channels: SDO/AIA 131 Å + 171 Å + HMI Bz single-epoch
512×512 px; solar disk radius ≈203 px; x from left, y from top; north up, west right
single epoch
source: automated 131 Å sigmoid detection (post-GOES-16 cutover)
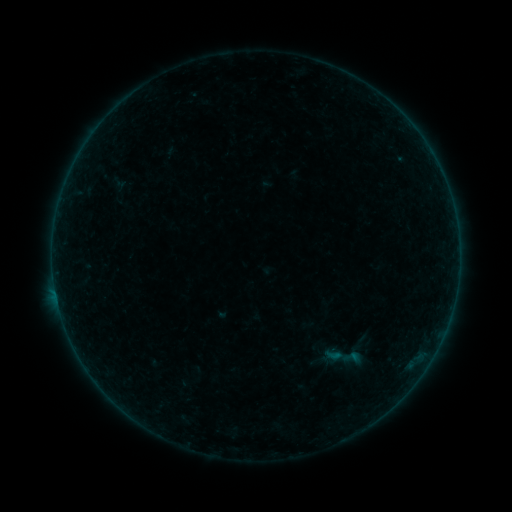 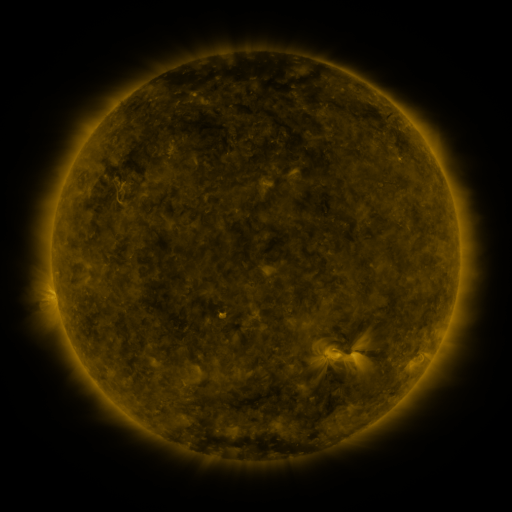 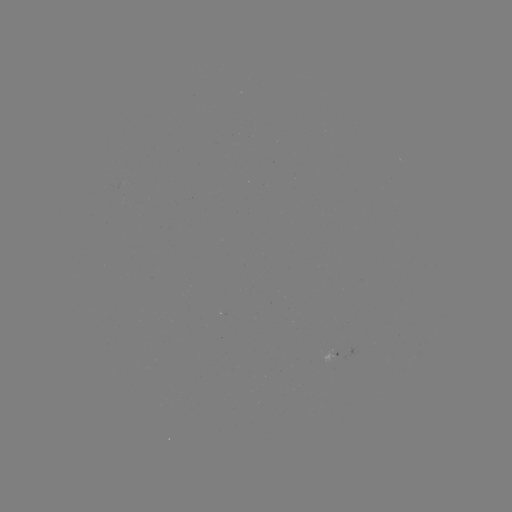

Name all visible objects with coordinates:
sigmoid: (352, 357)
